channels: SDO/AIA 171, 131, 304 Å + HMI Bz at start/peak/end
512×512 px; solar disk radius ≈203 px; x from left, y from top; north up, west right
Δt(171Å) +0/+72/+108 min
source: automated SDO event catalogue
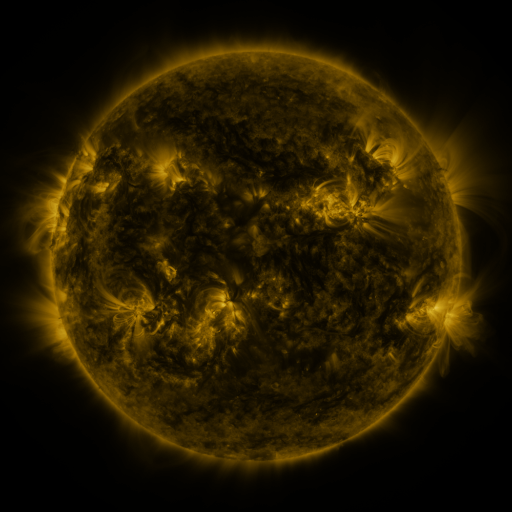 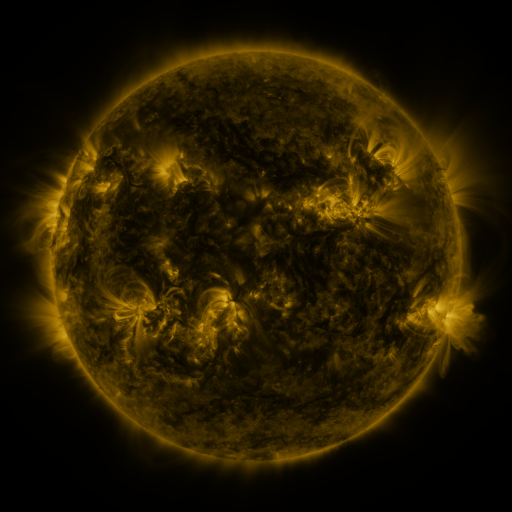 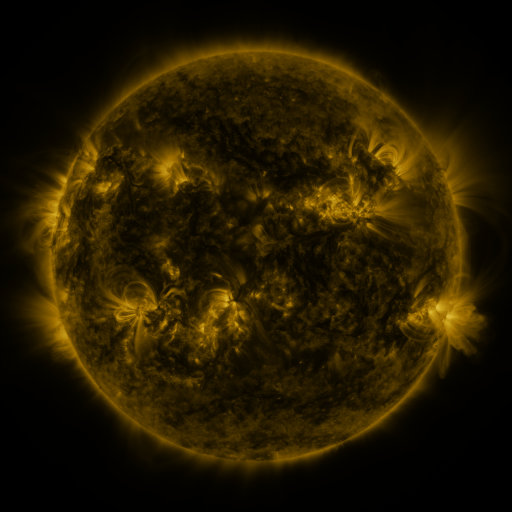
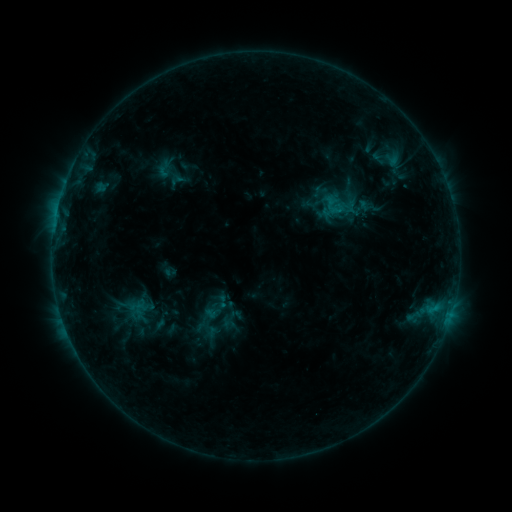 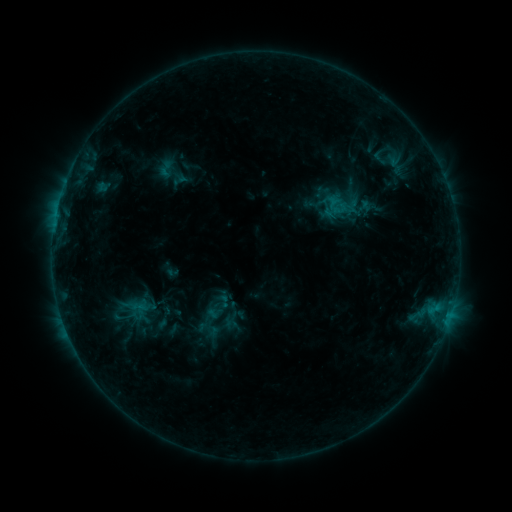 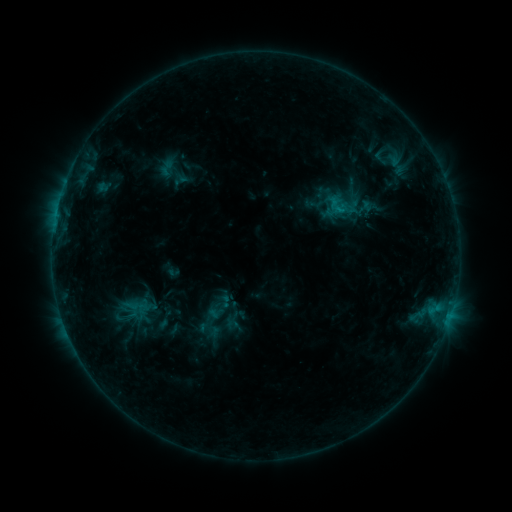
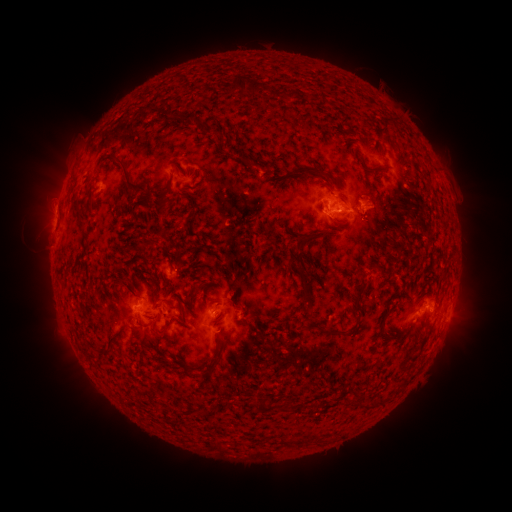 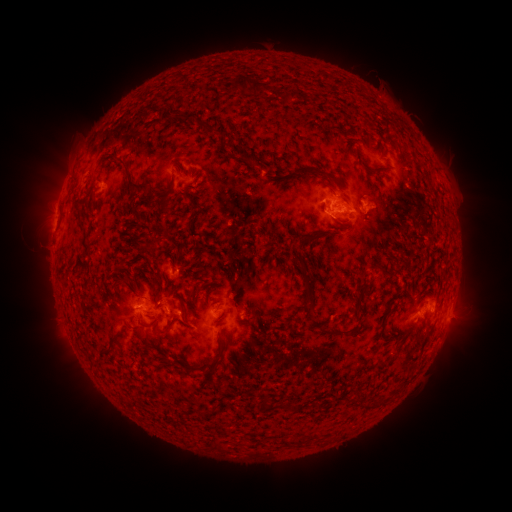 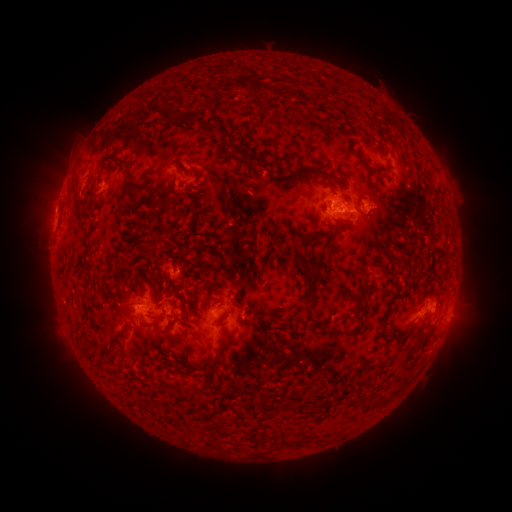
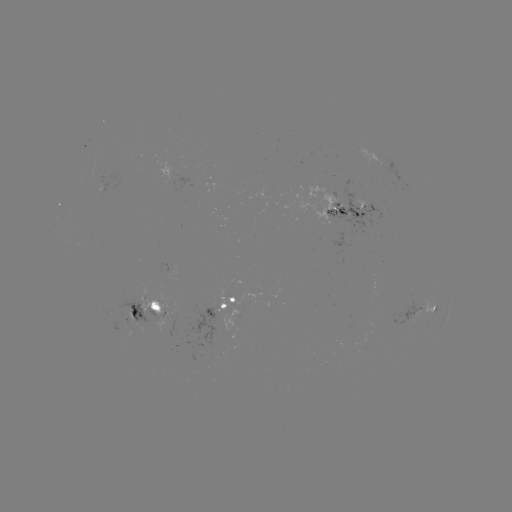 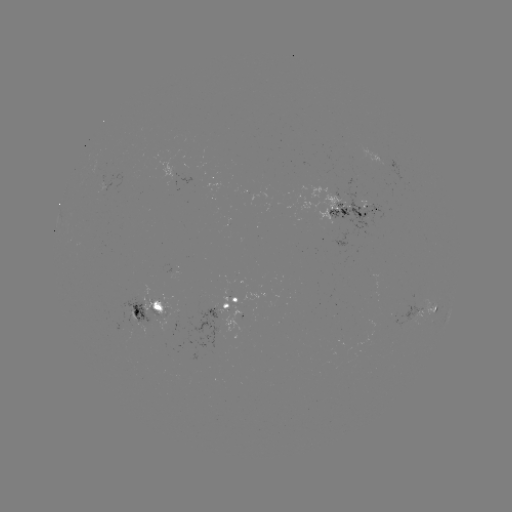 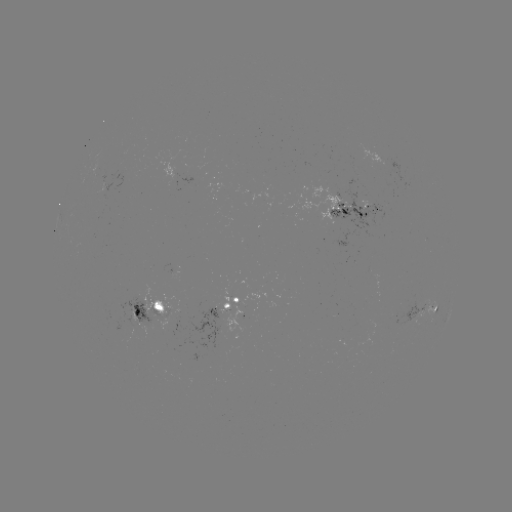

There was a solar emerging-flux region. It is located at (151, 302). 